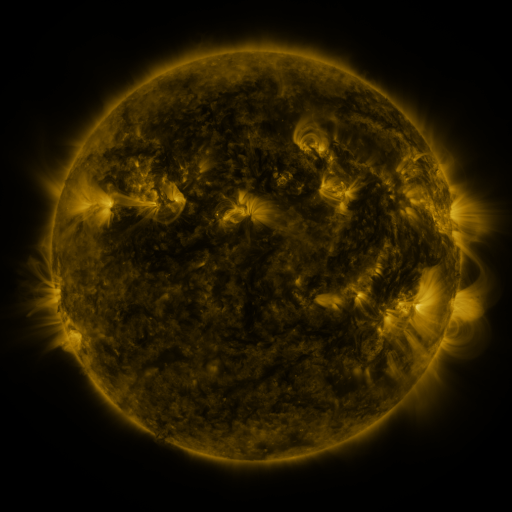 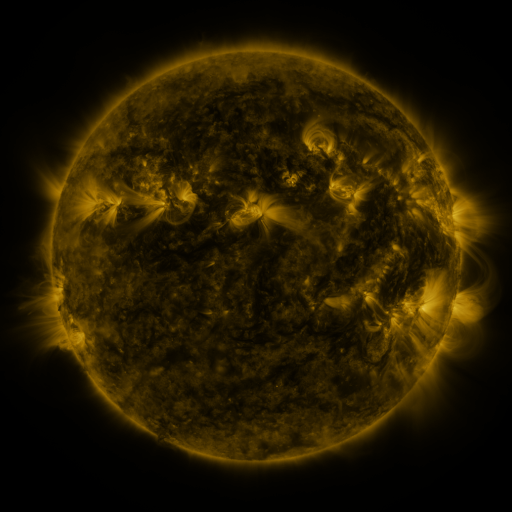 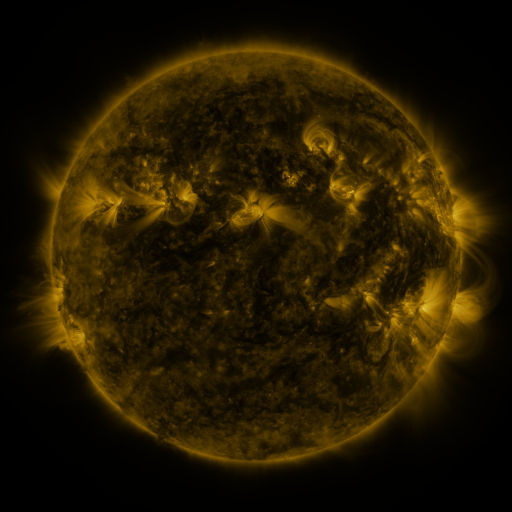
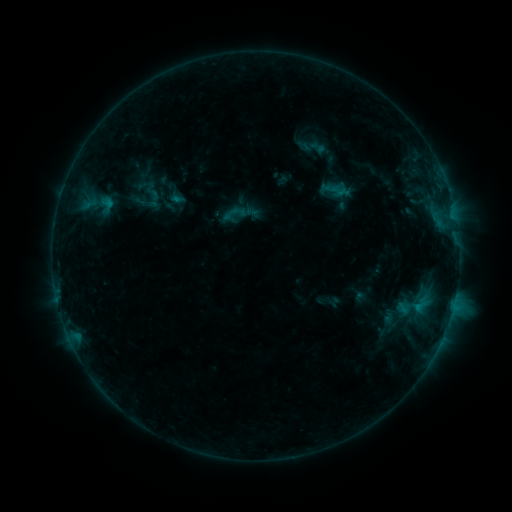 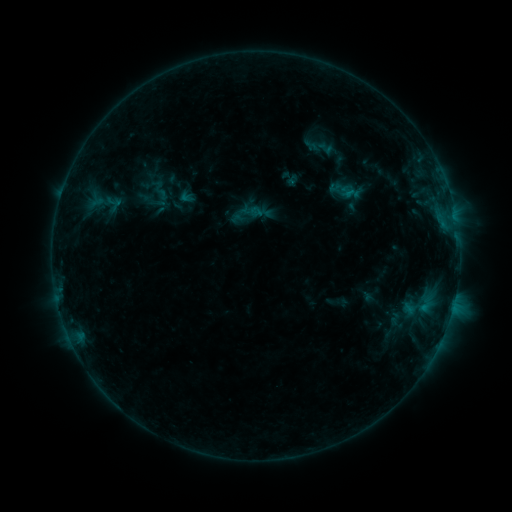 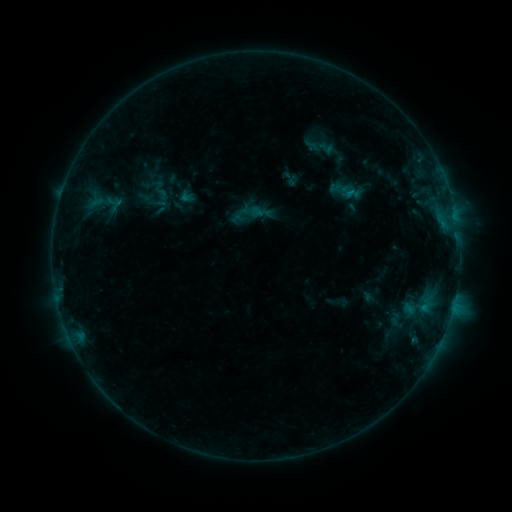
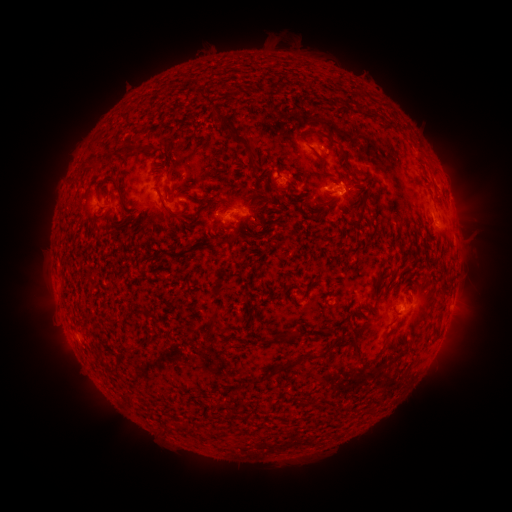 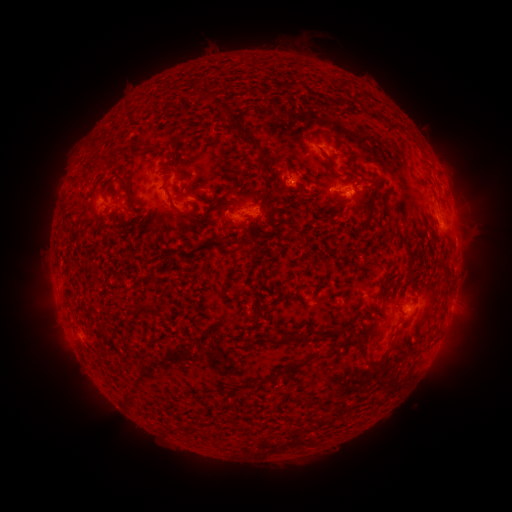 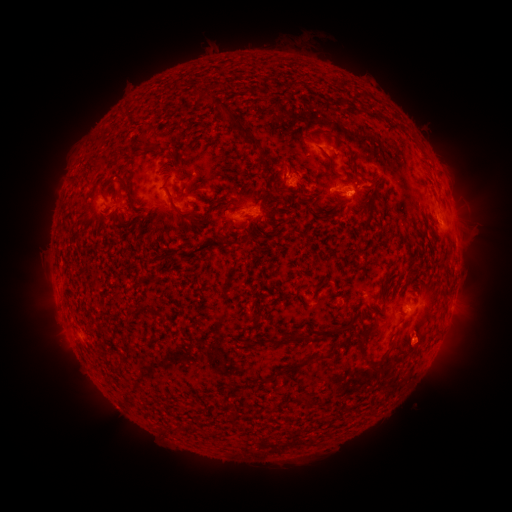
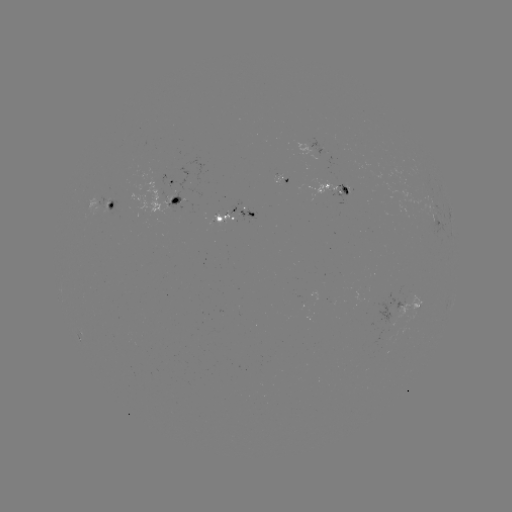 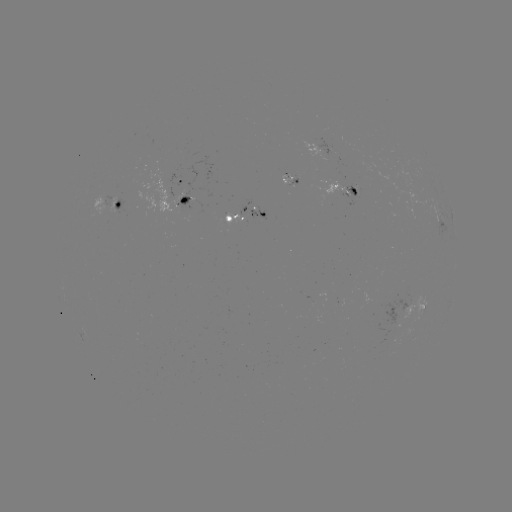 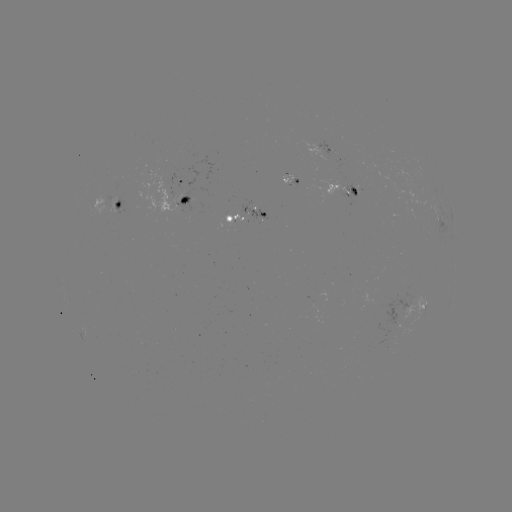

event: emerging-flux region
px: (286, 176)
